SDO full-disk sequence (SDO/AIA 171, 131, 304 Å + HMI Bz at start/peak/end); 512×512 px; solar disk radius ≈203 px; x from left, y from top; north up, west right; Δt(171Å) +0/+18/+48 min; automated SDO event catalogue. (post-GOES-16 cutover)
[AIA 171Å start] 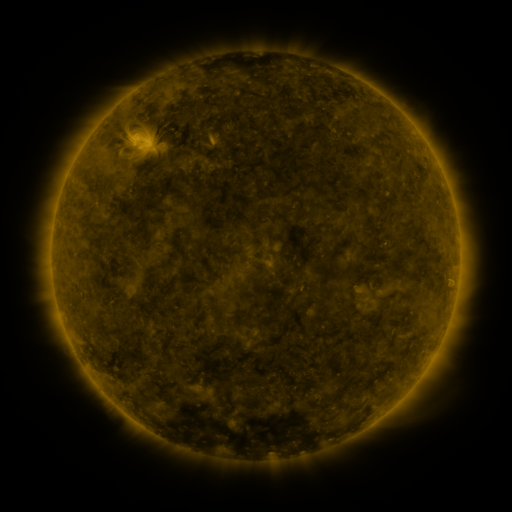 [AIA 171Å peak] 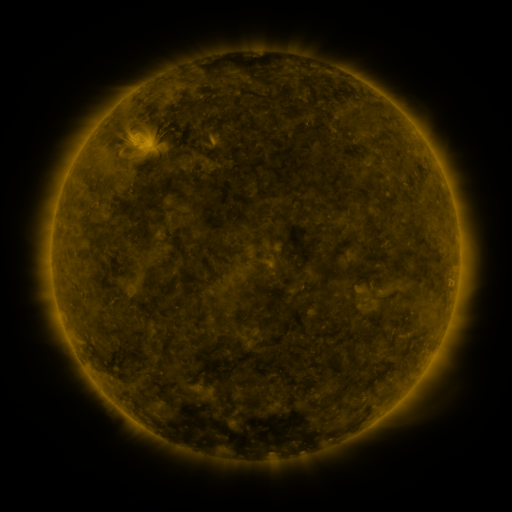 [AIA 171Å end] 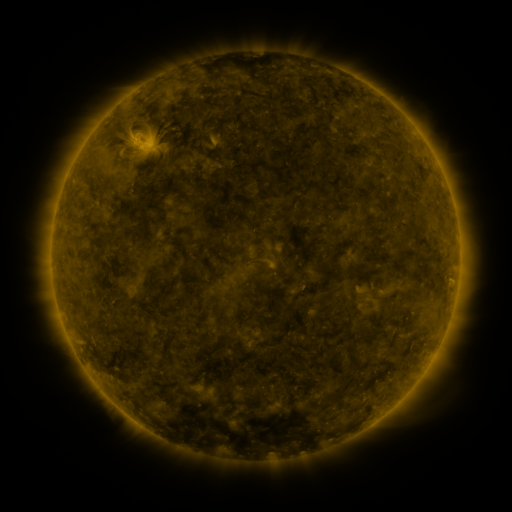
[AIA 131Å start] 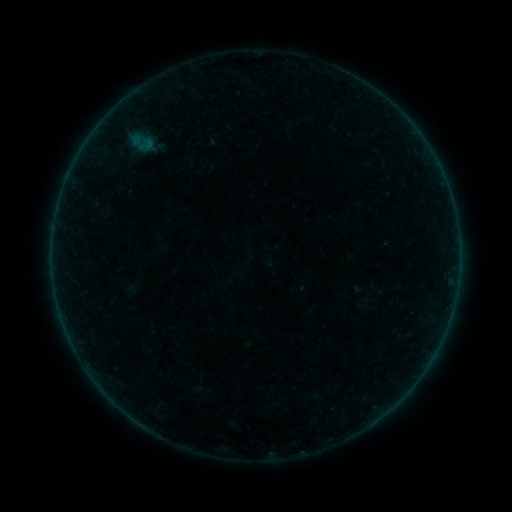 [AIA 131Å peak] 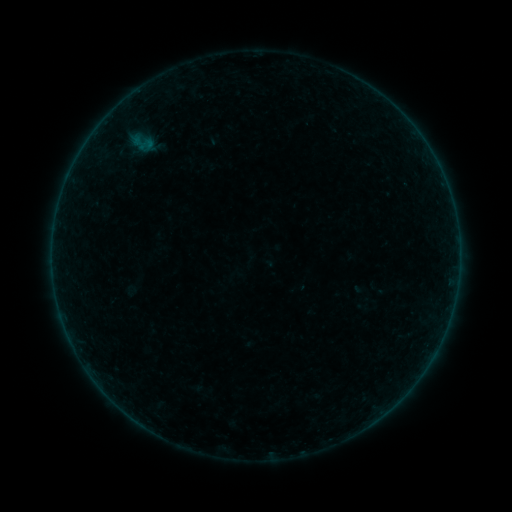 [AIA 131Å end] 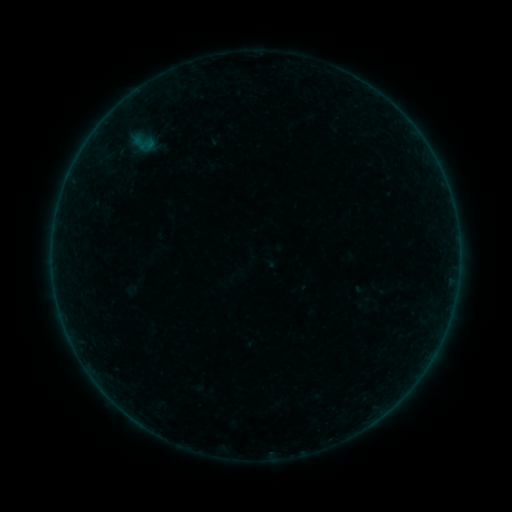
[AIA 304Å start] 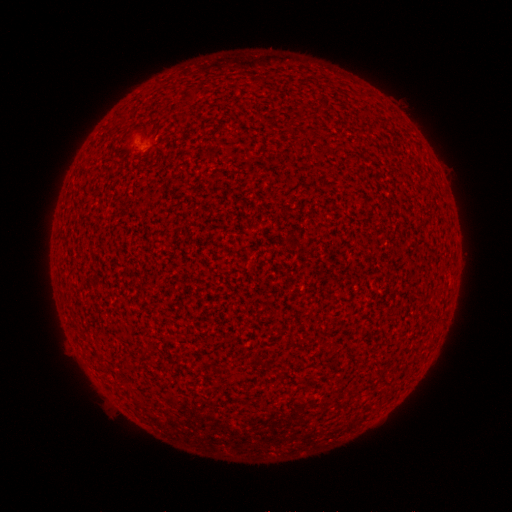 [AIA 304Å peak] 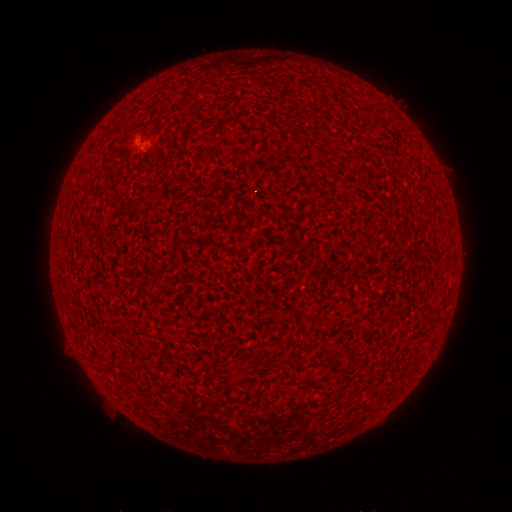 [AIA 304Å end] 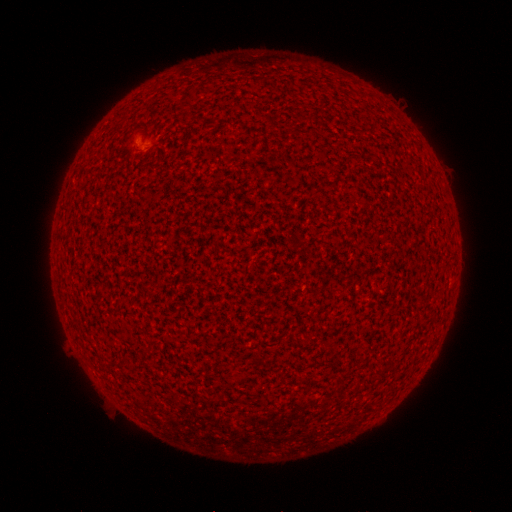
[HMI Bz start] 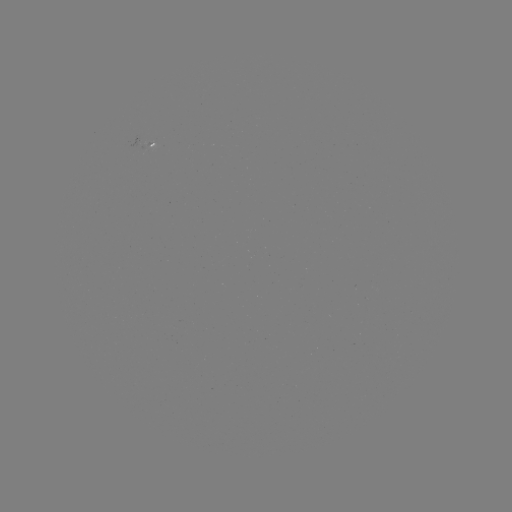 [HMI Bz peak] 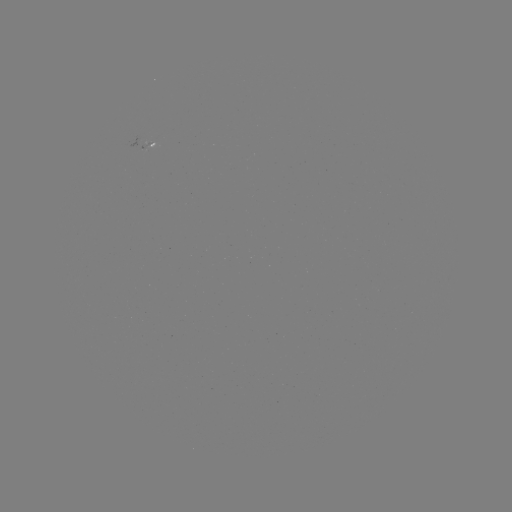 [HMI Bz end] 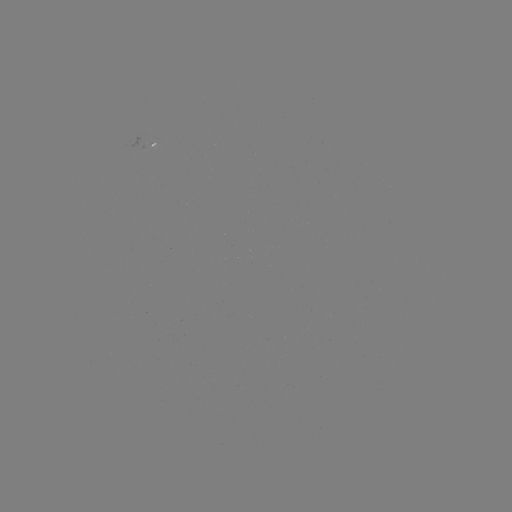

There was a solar flare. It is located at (139, 142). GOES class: A5.0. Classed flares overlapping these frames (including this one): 1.